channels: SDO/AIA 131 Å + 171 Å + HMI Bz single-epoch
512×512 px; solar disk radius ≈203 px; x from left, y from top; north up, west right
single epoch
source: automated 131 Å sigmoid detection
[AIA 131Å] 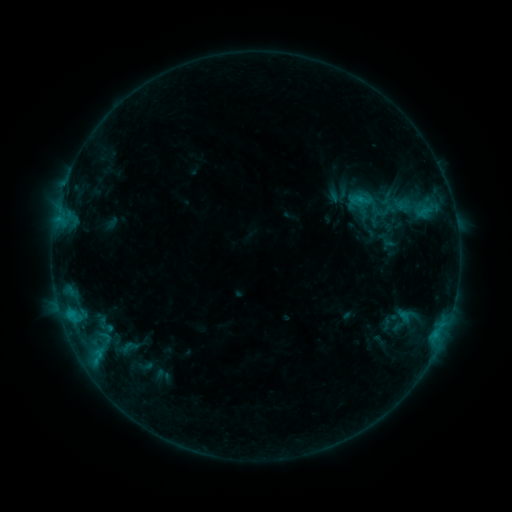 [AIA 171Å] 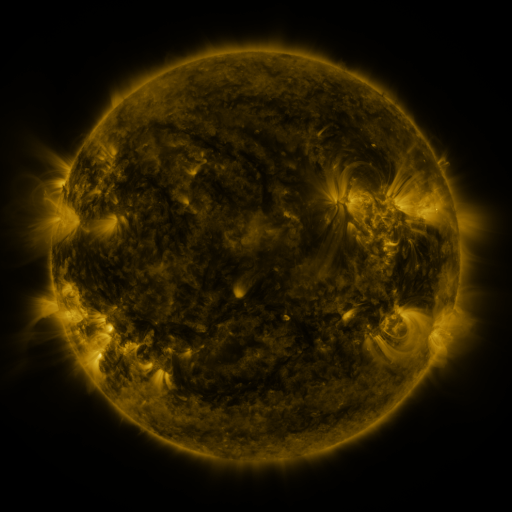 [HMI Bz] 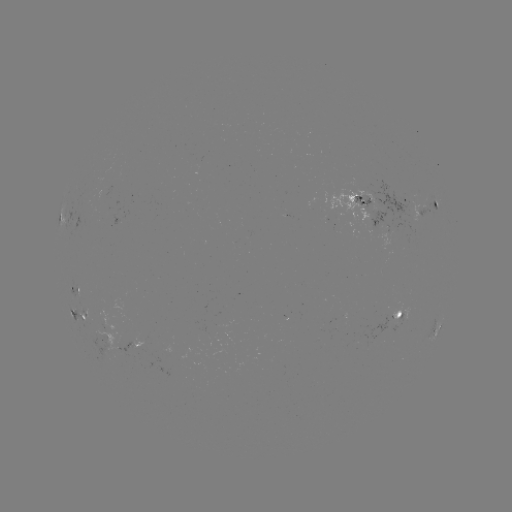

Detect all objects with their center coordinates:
sigmoid: (360, 200)
